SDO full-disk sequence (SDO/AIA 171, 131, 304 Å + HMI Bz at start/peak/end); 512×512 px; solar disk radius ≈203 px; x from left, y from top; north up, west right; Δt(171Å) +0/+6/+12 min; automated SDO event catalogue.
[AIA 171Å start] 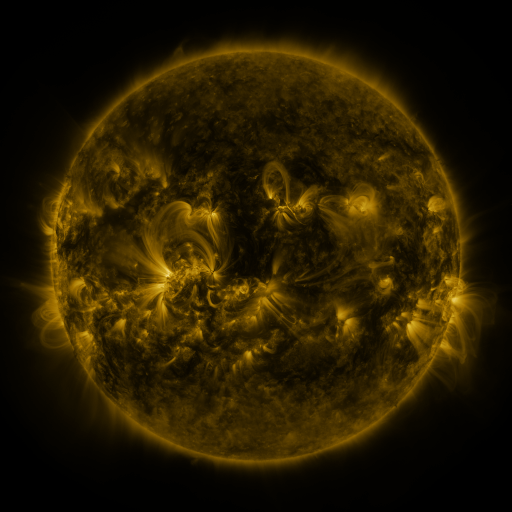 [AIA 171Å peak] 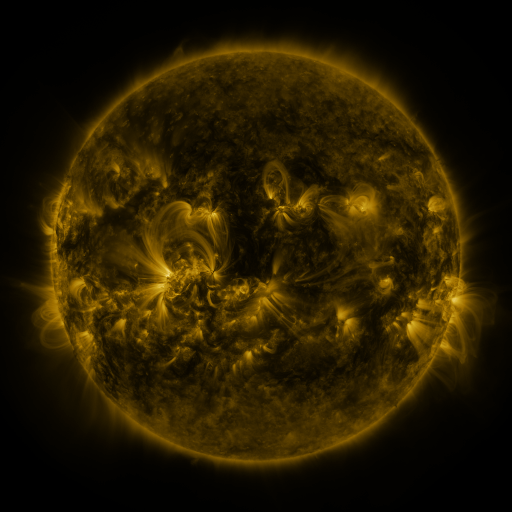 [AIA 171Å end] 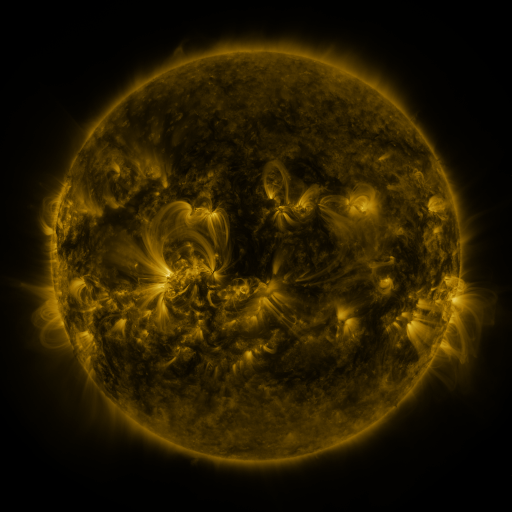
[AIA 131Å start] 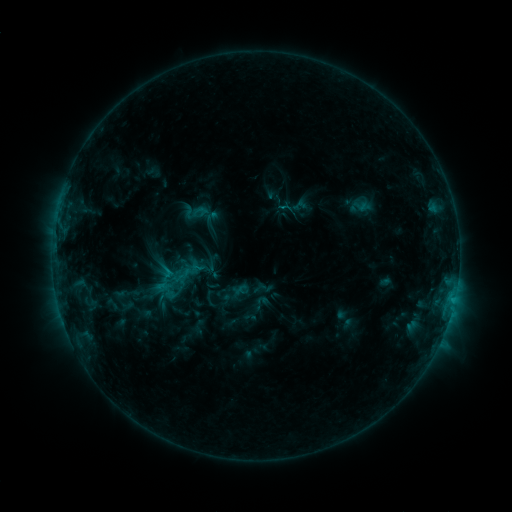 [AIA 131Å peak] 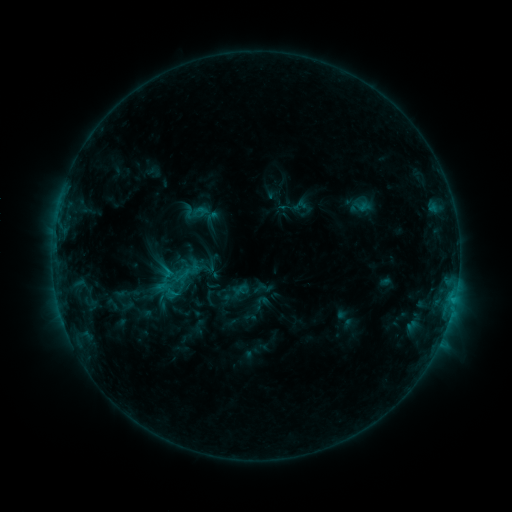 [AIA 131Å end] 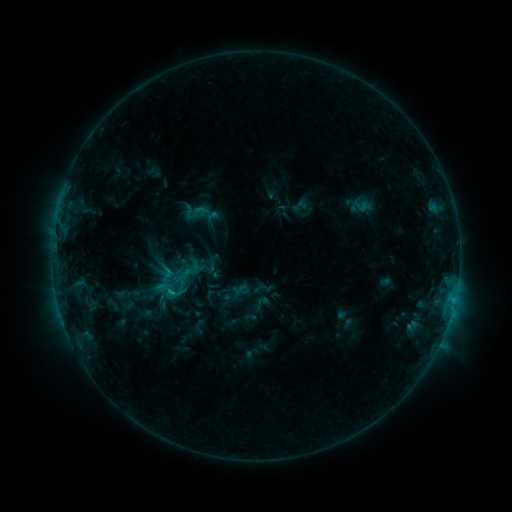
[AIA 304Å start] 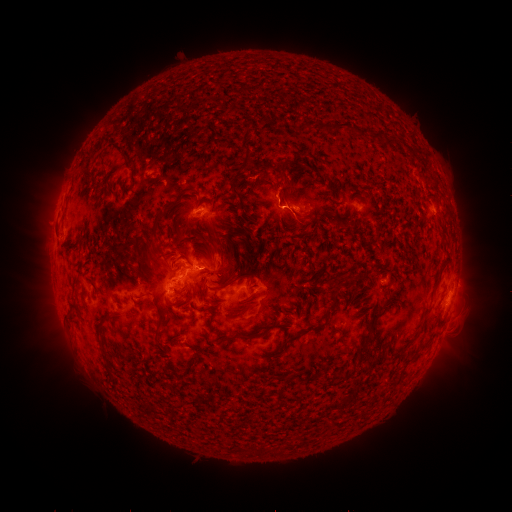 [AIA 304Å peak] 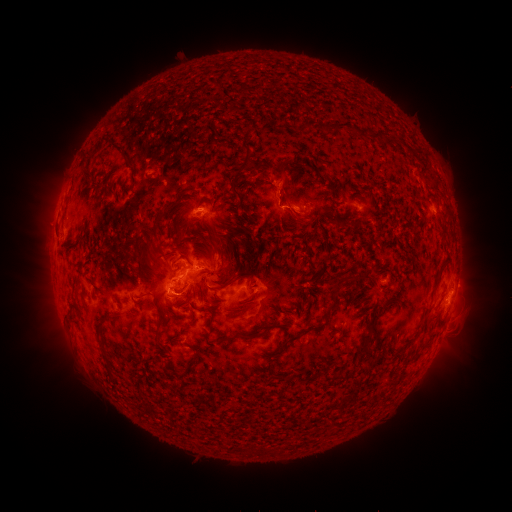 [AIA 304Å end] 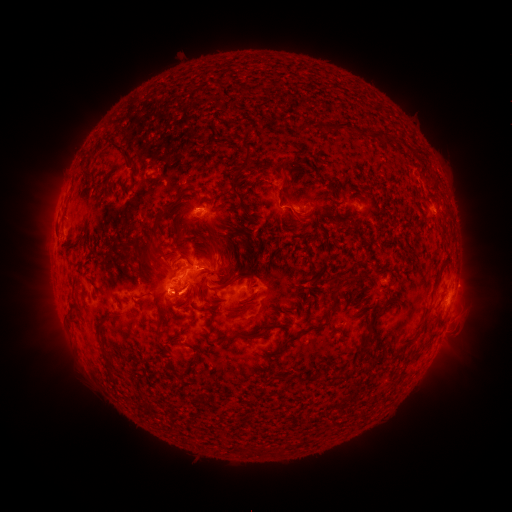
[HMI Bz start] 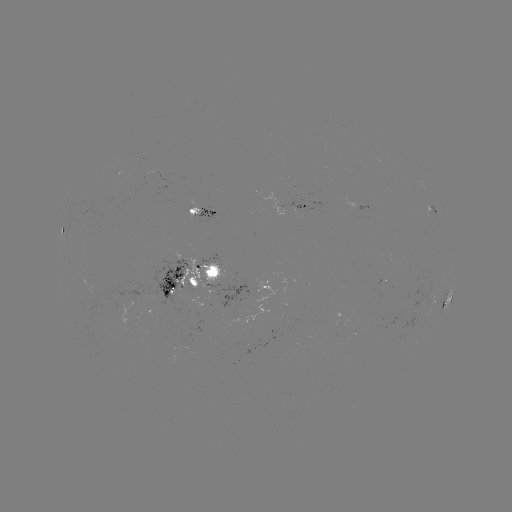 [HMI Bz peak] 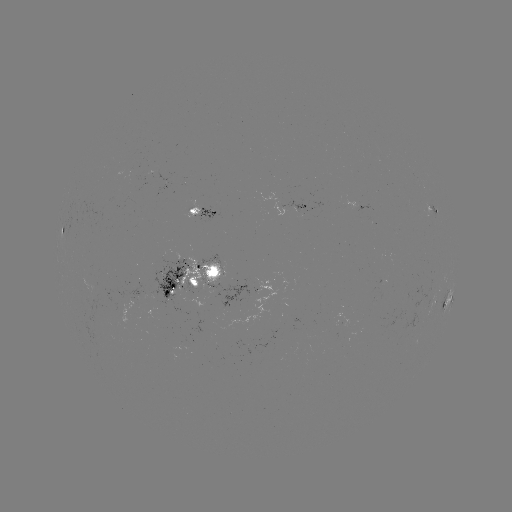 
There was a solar eruption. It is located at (285, 186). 